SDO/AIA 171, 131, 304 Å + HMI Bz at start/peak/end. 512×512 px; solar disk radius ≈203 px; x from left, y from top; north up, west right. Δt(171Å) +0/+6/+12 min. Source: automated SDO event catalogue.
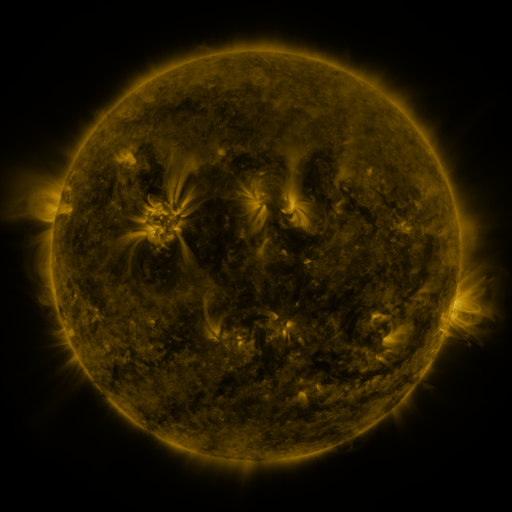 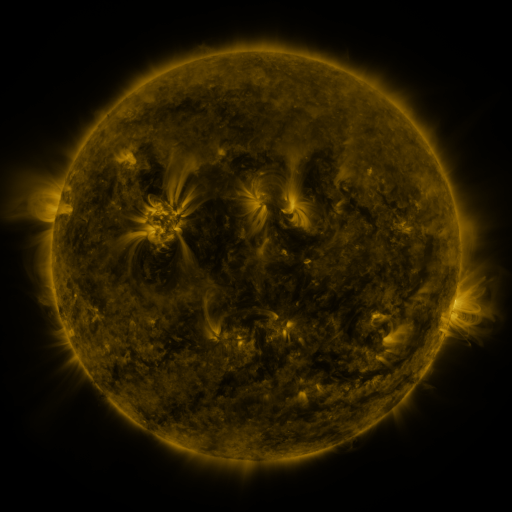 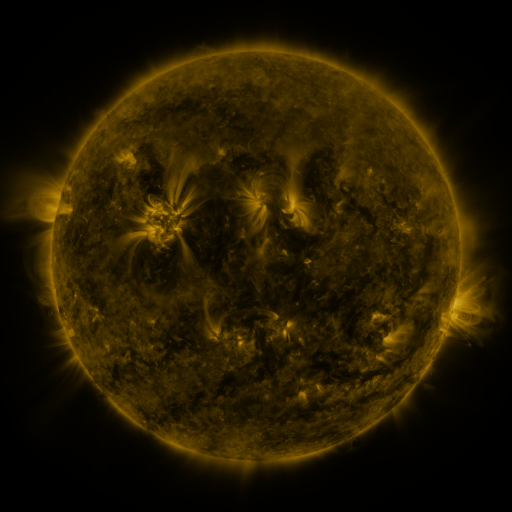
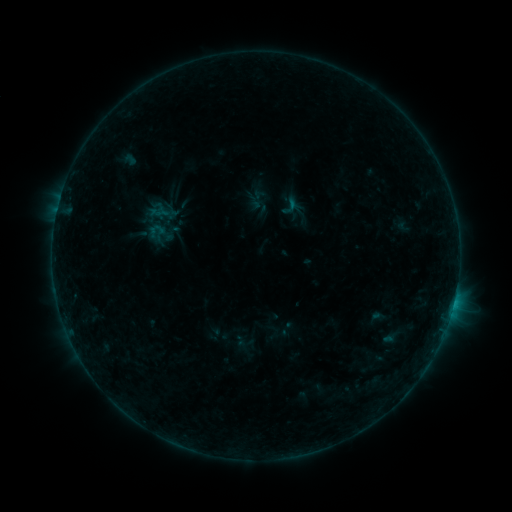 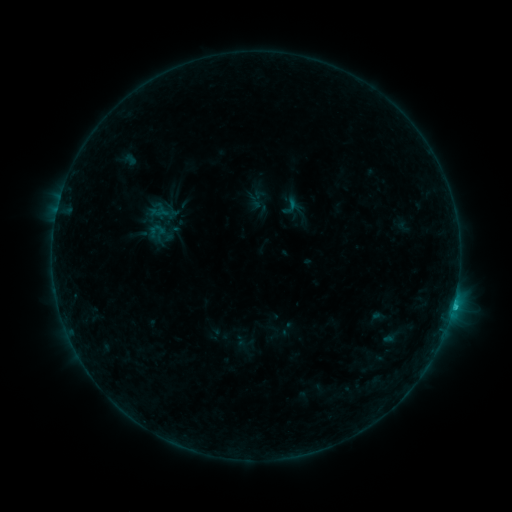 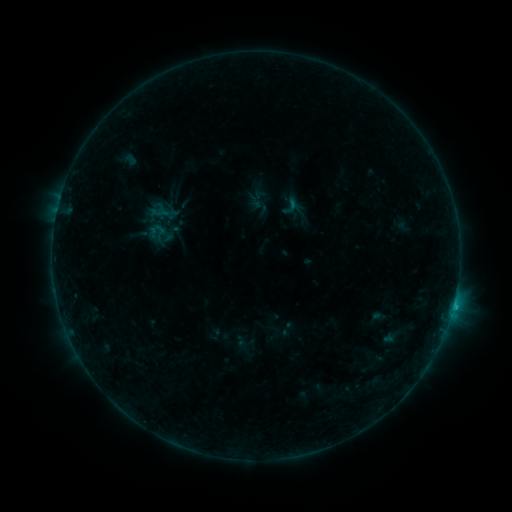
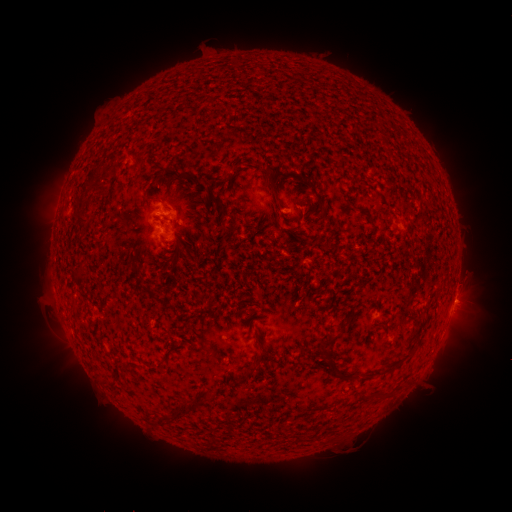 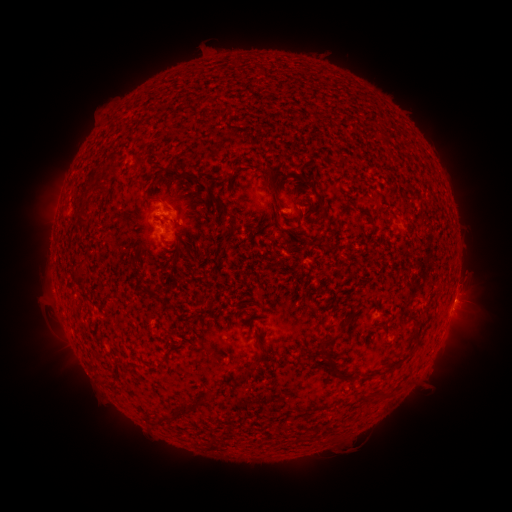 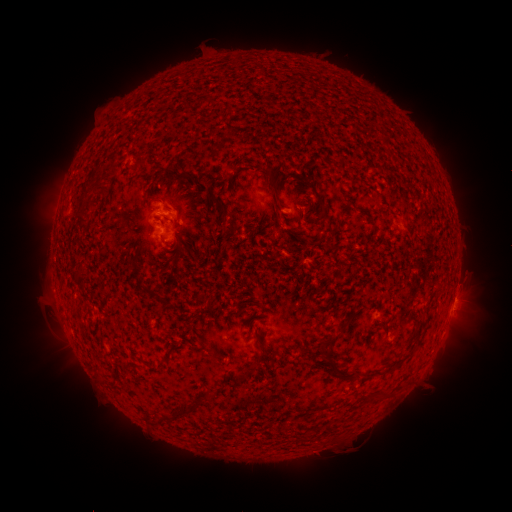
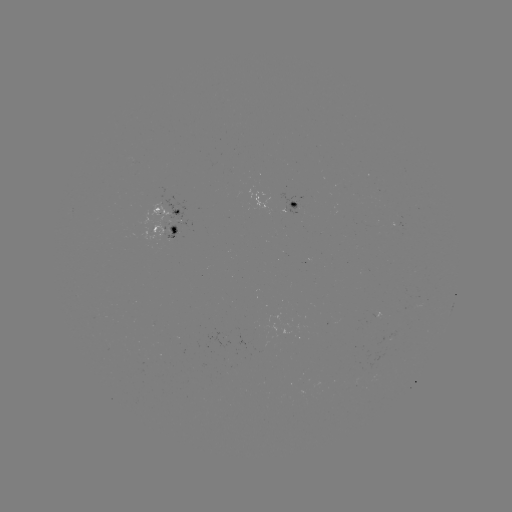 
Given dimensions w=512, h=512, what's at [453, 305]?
B7.1 flare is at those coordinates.